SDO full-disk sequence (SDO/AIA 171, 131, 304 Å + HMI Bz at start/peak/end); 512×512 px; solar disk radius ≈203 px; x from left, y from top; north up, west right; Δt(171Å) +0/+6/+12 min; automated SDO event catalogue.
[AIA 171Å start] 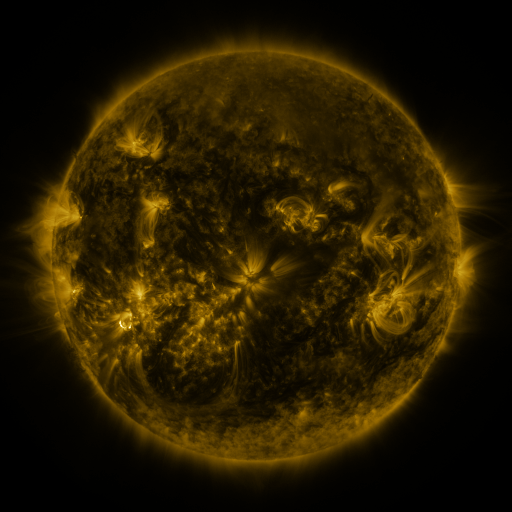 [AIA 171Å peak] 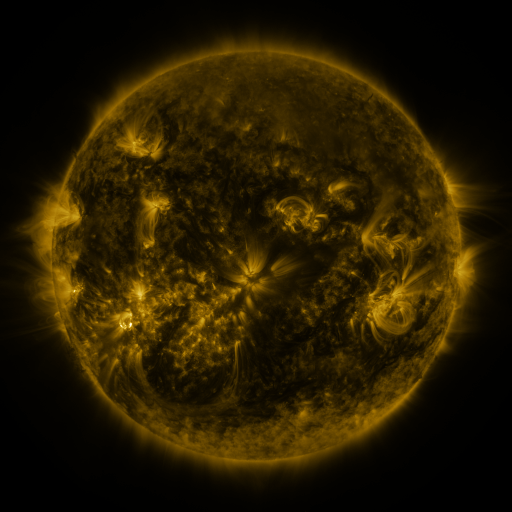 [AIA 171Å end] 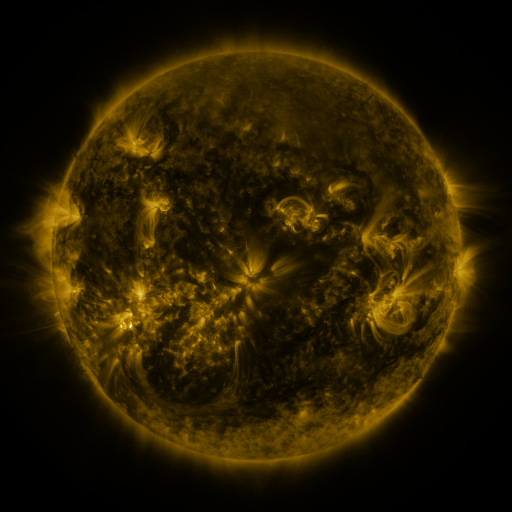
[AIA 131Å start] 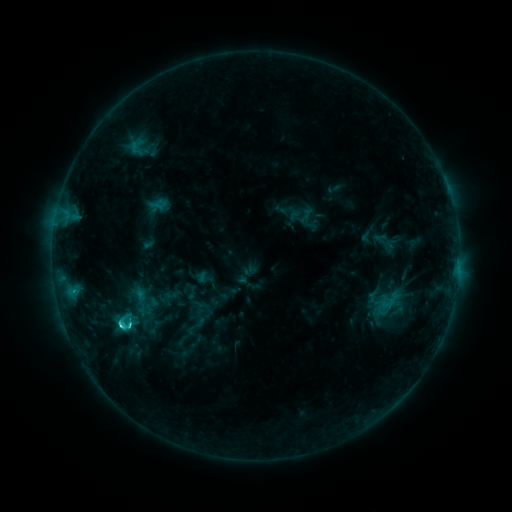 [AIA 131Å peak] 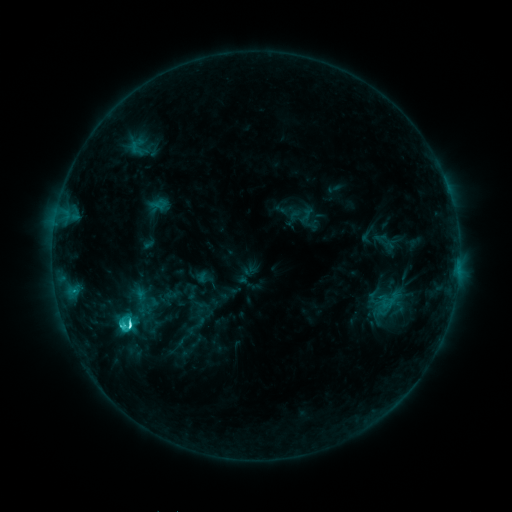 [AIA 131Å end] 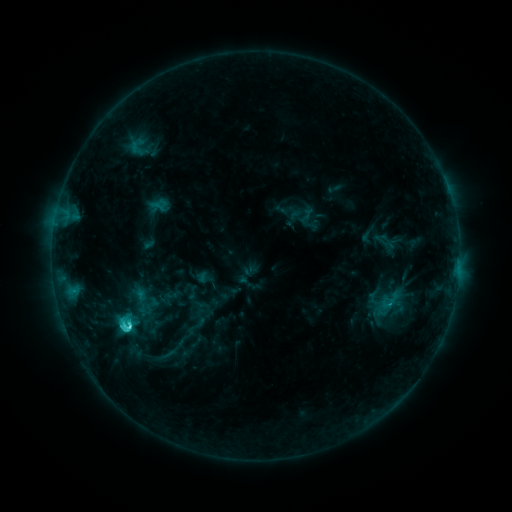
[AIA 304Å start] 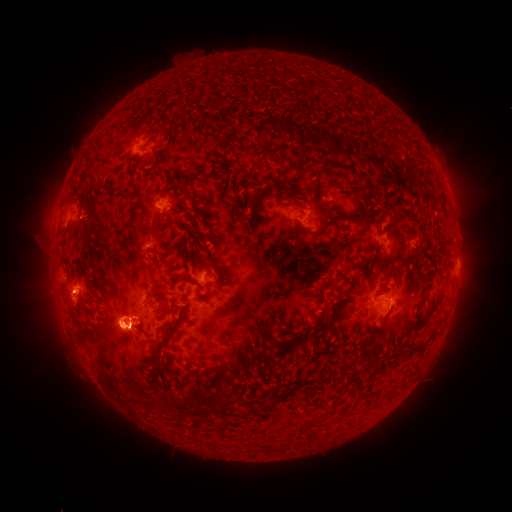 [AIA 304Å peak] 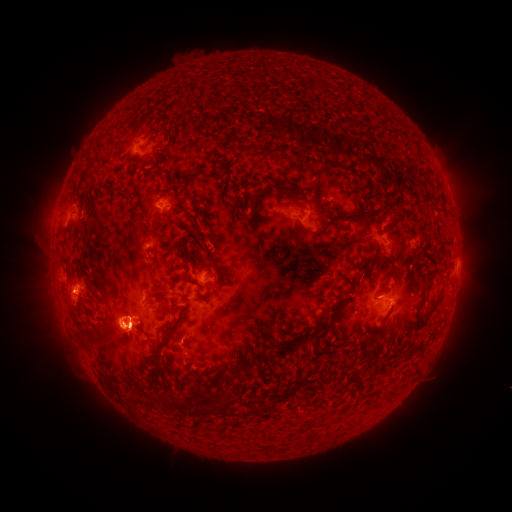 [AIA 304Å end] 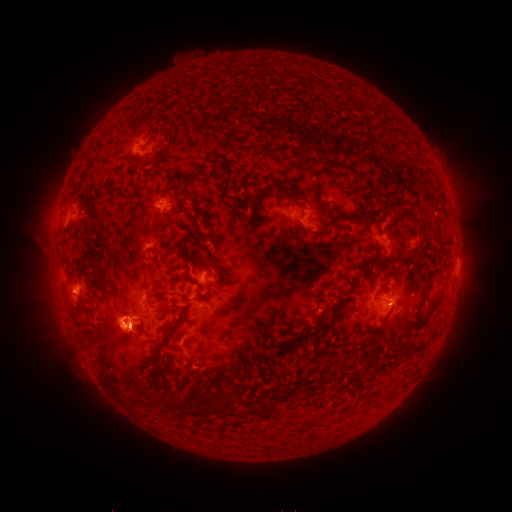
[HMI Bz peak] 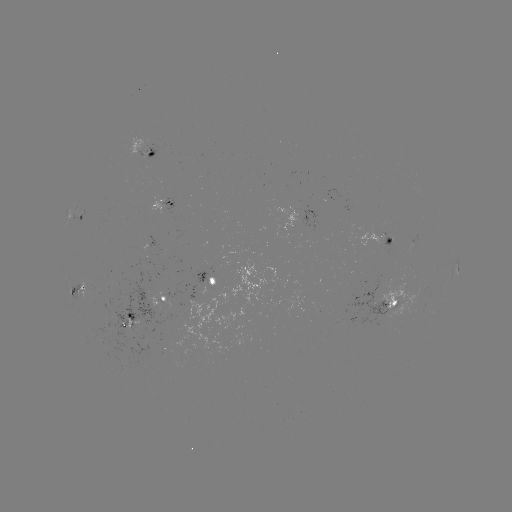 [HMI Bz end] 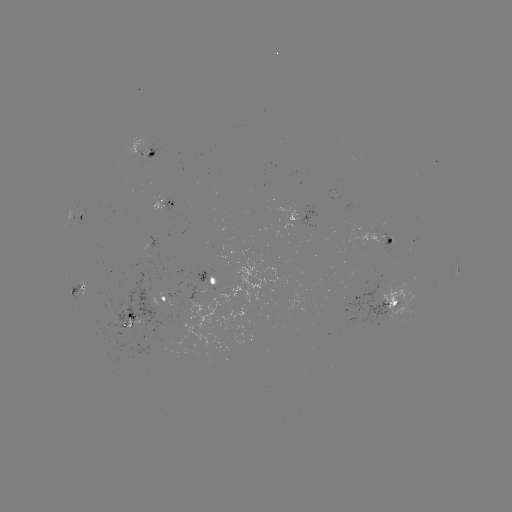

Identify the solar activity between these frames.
C4.7 flare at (130, 323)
